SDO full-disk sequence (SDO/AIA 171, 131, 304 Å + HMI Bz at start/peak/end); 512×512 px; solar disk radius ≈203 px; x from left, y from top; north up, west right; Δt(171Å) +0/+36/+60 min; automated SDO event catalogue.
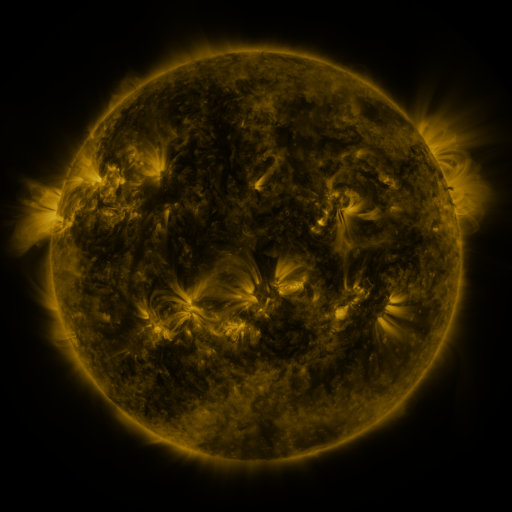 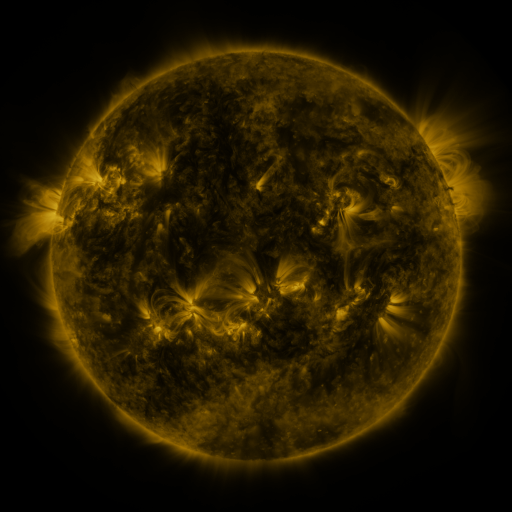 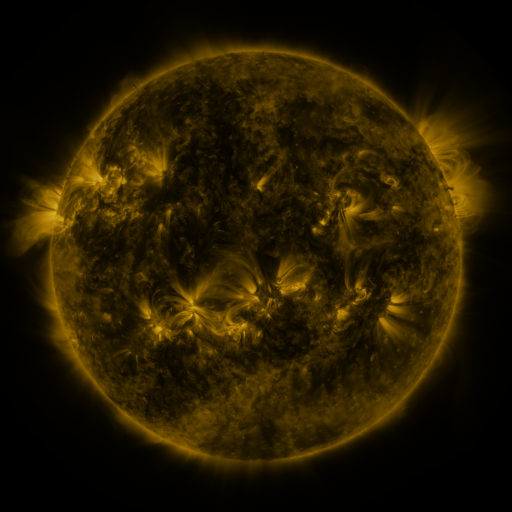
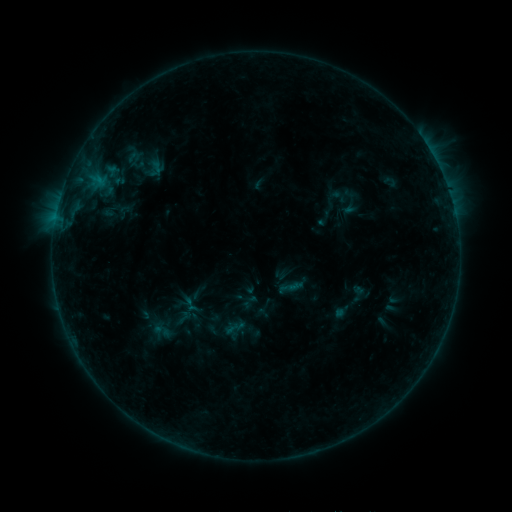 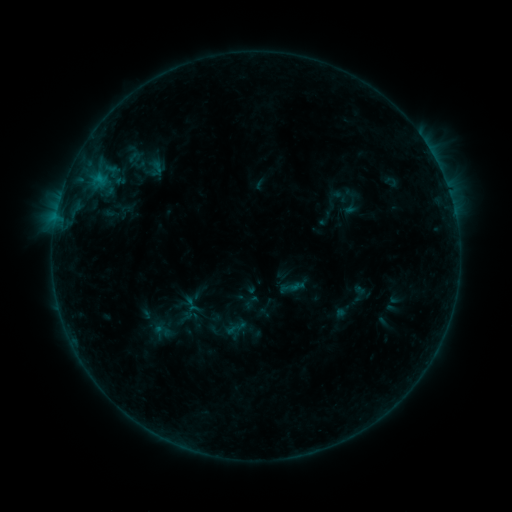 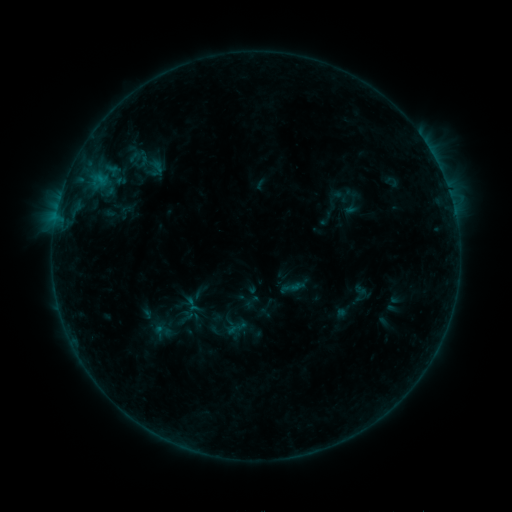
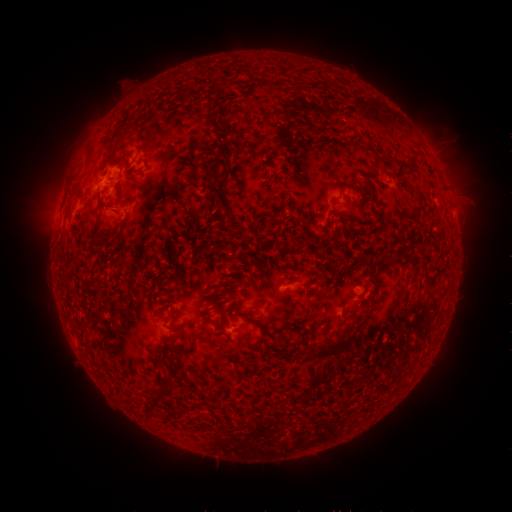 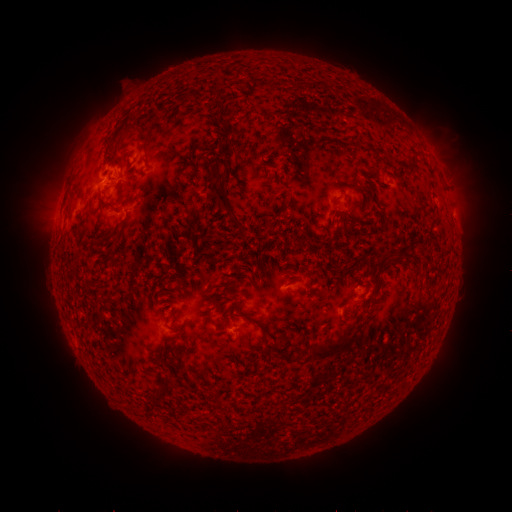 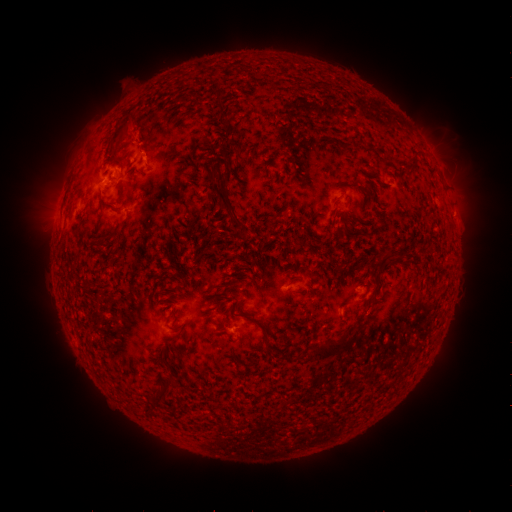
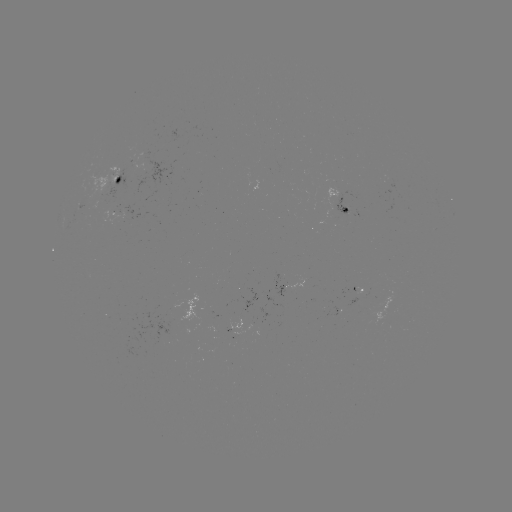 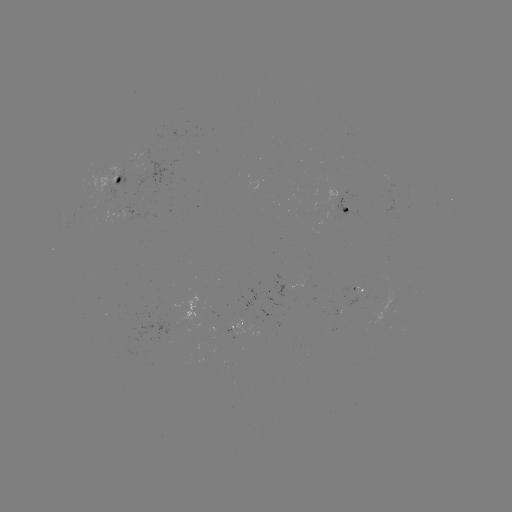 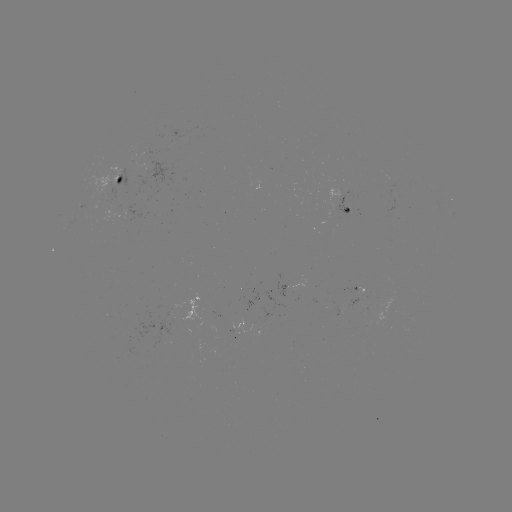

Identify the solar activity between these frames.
B7.9 flare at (100, 178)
